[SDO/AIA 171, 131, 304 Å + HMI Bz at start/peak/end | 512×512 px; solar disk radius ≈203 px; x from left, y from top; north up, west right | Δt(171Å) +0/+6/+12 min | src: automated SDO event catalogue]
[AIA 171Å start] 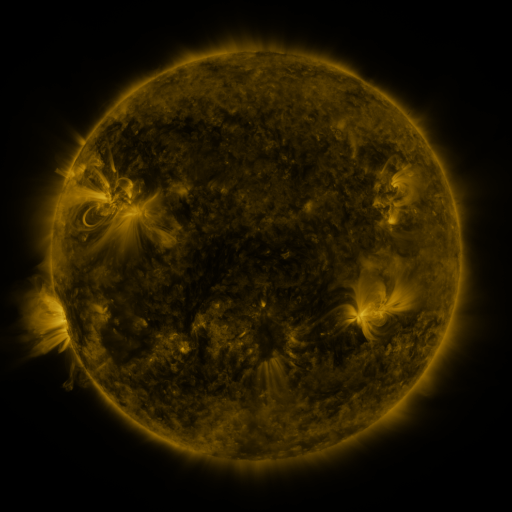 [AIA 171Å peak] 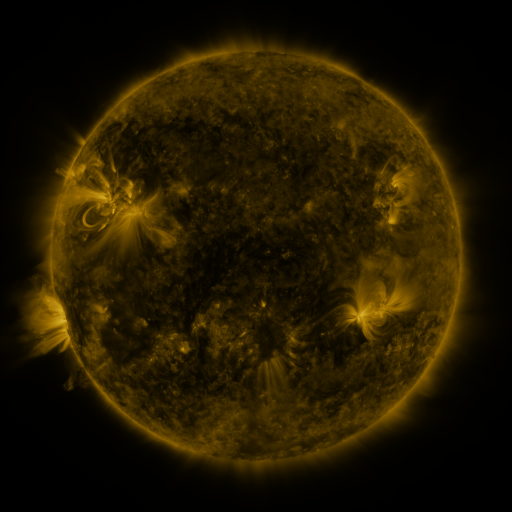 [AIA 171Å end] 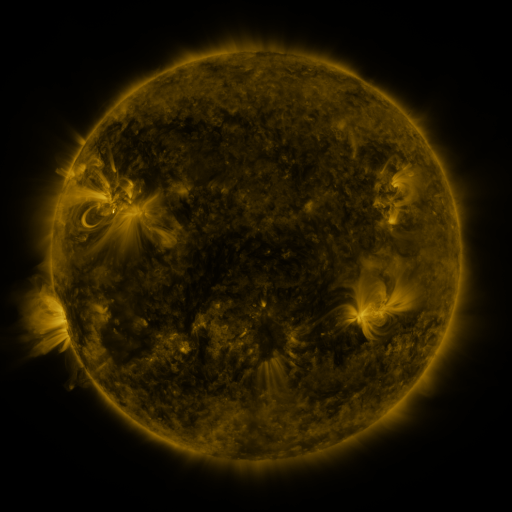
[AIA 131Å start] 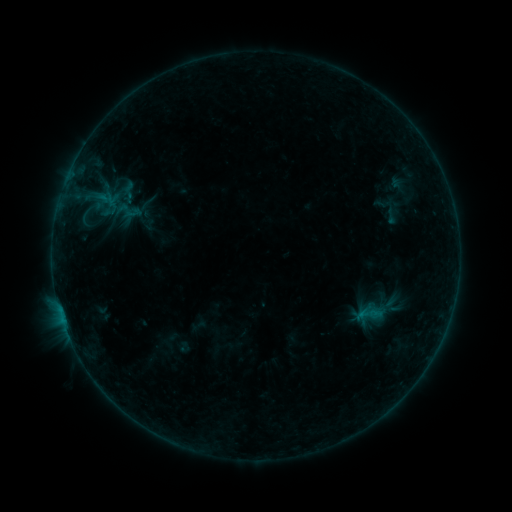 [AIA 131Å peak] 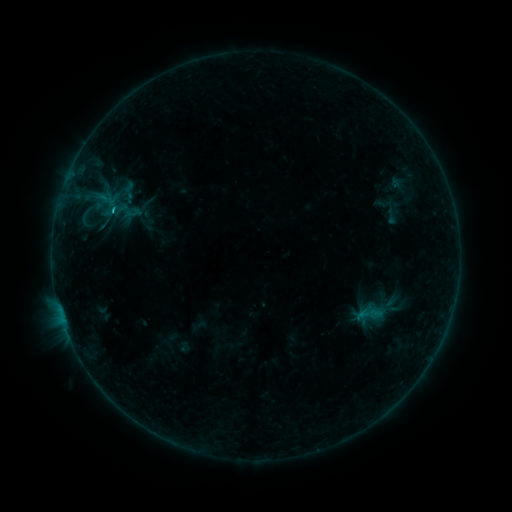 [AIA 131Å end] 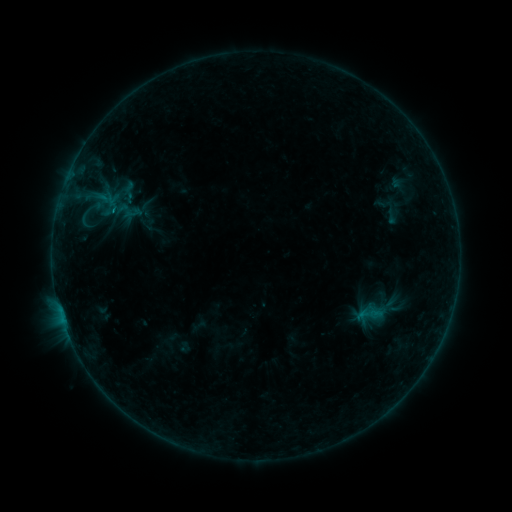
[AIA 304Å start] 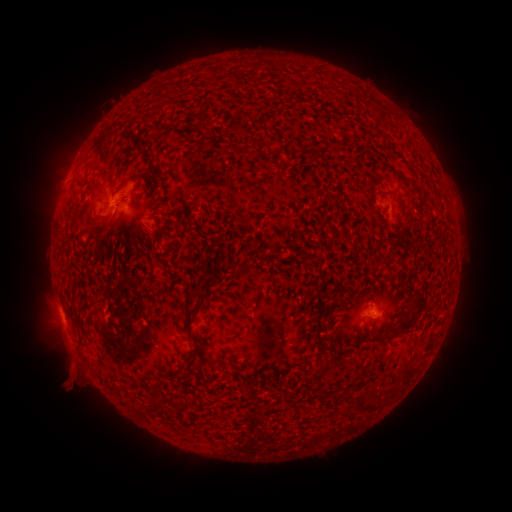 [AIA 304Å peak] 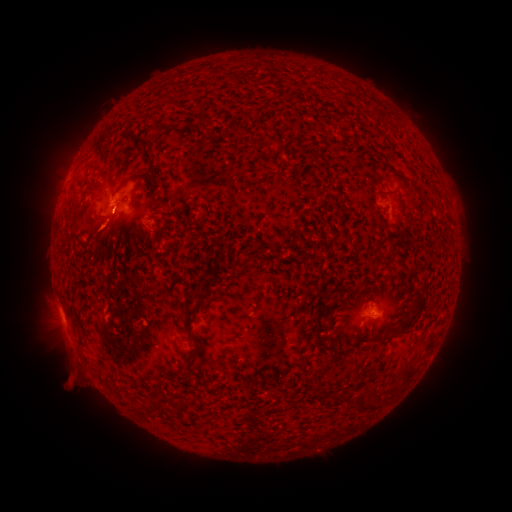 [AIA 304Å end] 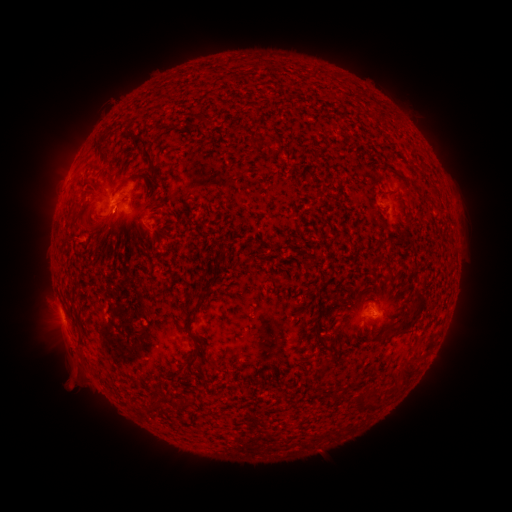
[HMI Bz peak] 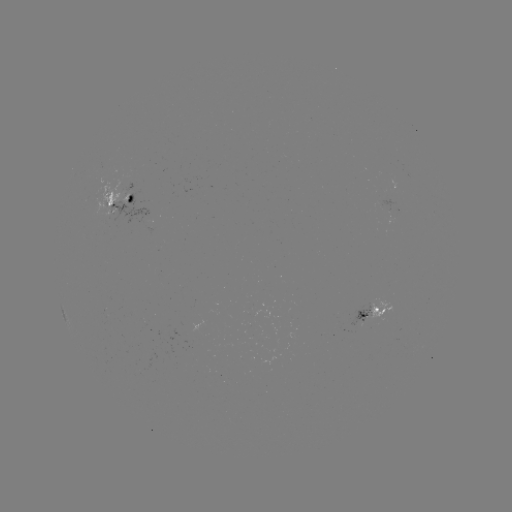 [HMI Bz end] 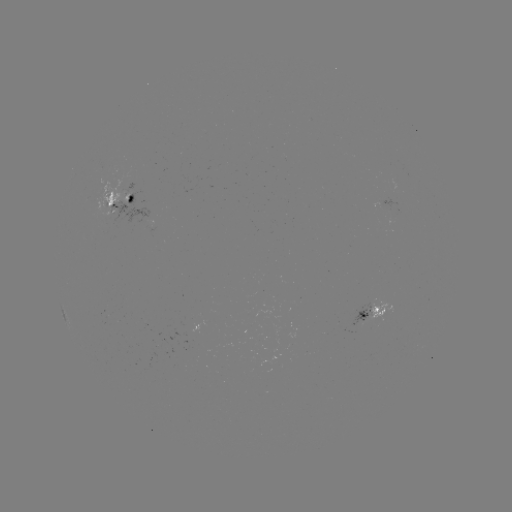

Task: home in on B6.0 flare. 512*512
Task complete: [115, 213].